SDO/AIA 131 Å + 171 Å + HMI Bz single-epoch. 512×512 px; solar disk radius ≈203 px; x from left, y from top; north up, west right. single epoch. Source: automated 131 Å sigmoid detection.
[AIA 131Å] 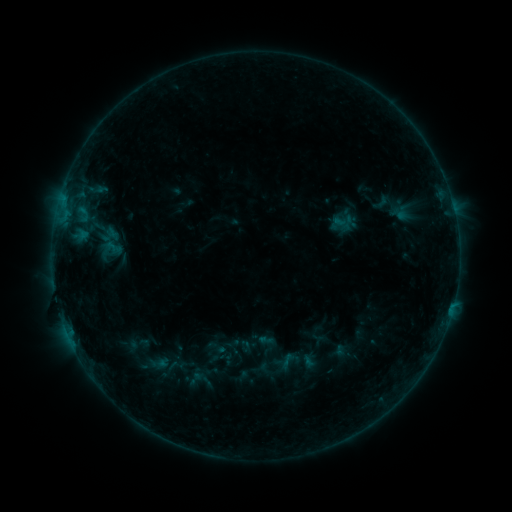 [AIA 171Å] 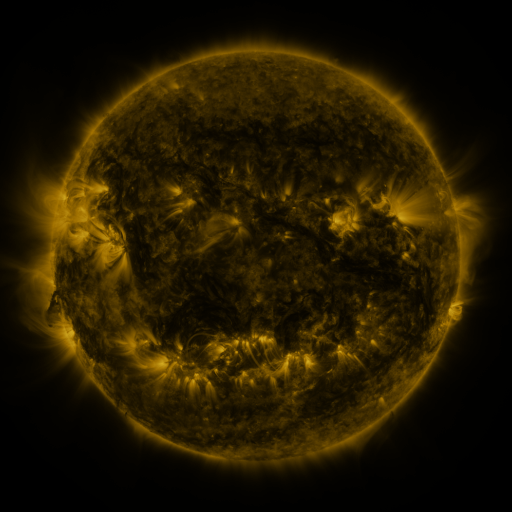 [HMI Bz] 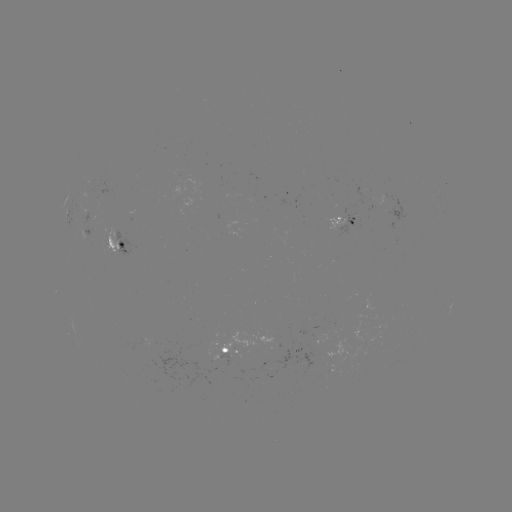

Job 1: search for sigmoid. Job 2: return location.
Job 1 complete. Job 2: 381,202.